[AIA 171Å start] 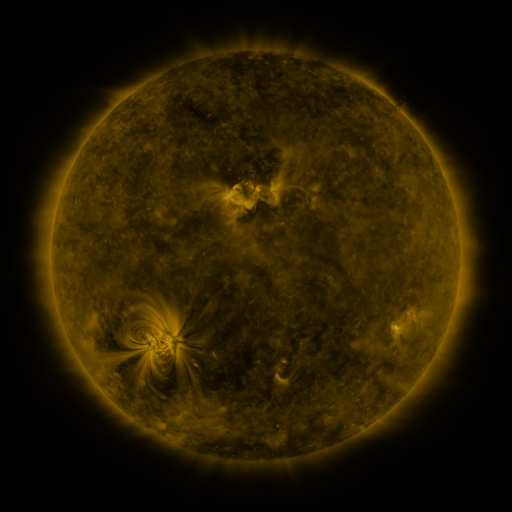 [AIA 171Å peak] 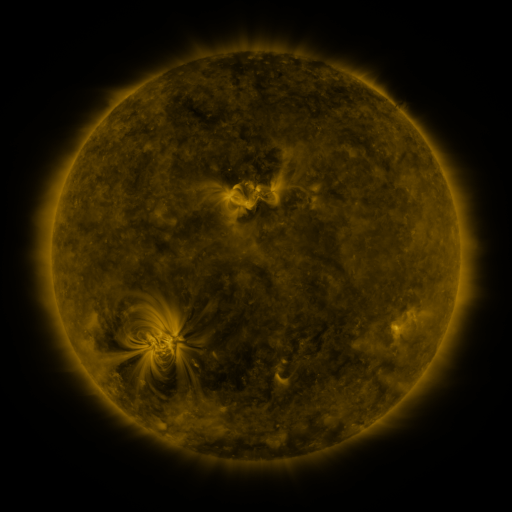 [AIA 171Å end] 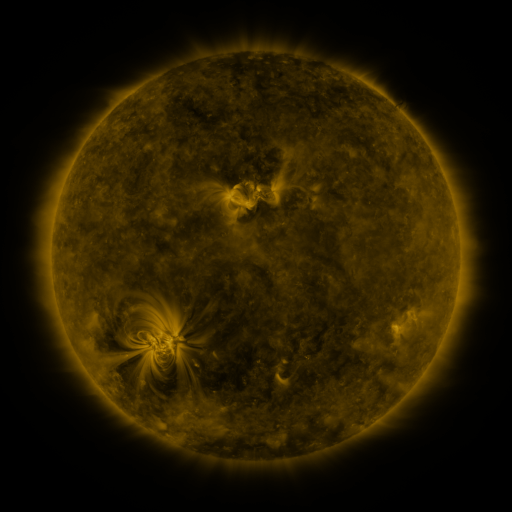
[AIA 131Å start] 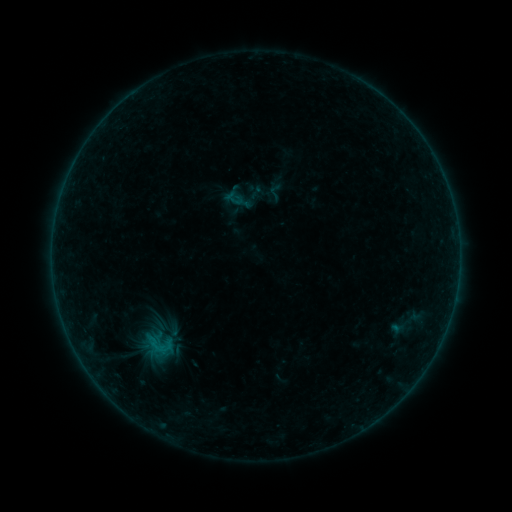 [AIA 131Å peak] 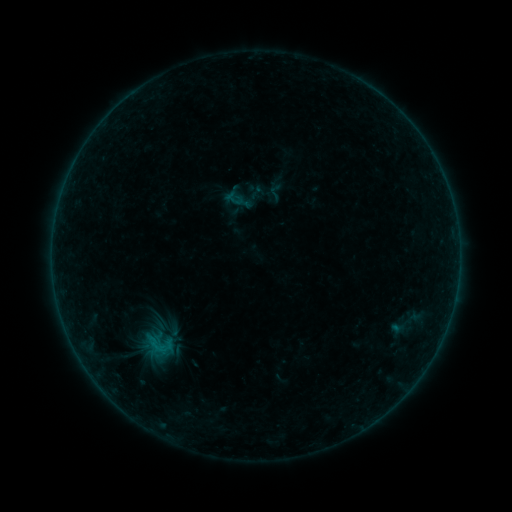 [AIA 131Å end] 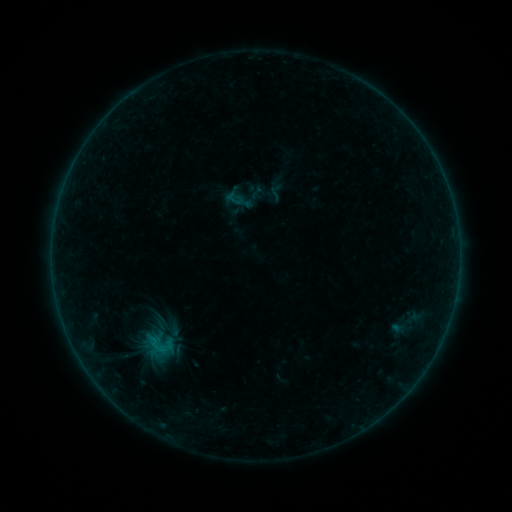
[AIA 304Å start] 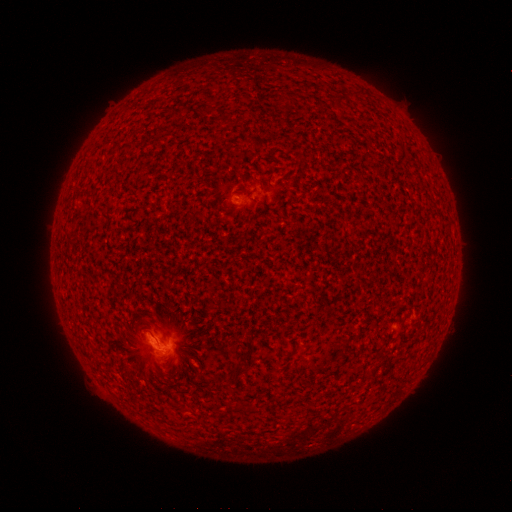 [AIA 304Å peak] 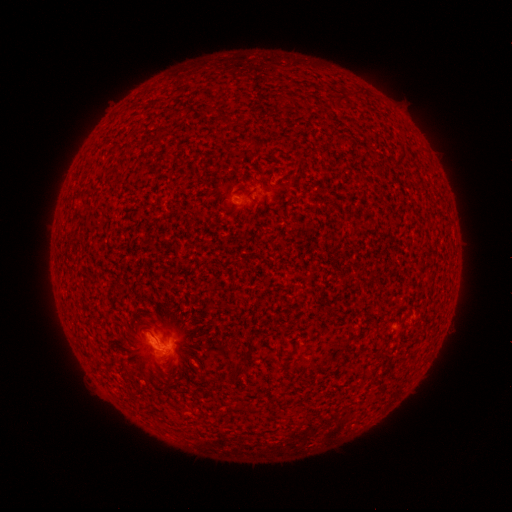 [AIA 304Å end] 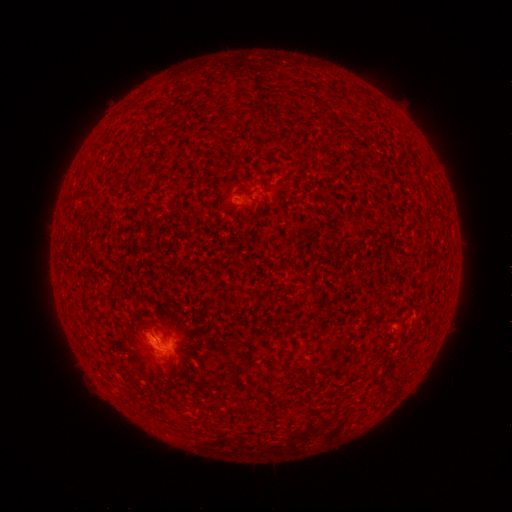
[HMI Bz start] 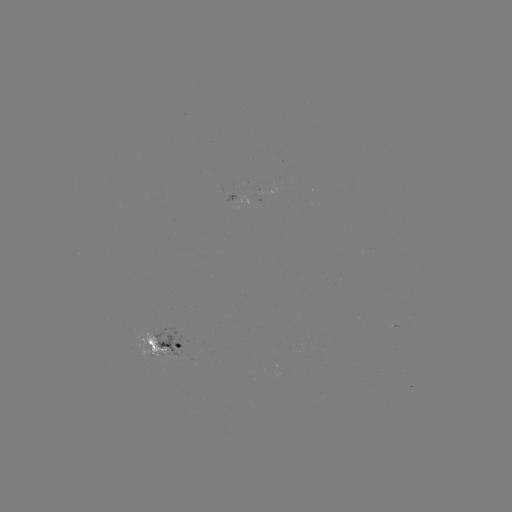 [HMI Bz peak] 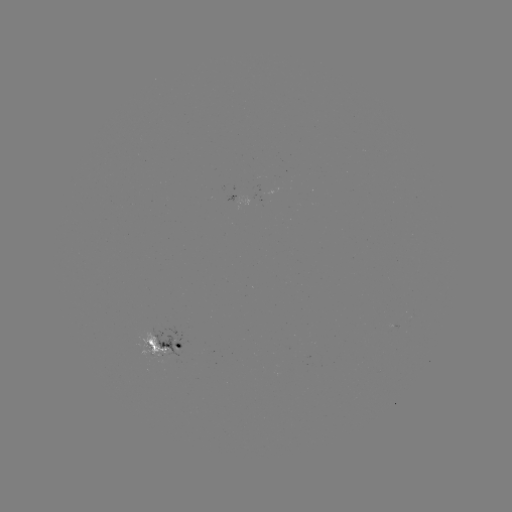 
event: flare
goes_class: B2.6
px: (165, 349)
